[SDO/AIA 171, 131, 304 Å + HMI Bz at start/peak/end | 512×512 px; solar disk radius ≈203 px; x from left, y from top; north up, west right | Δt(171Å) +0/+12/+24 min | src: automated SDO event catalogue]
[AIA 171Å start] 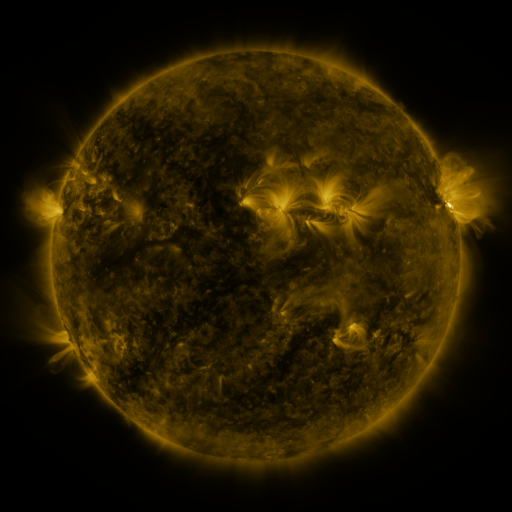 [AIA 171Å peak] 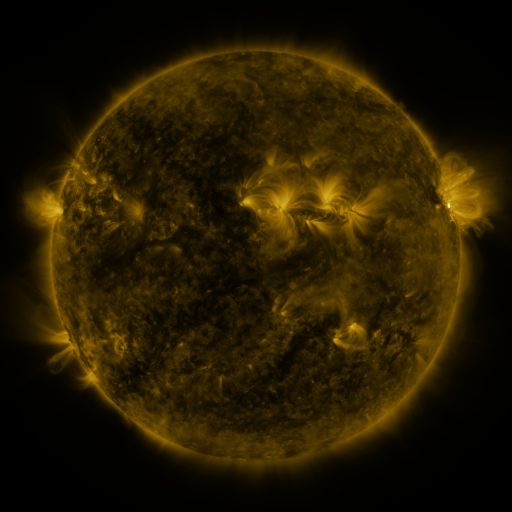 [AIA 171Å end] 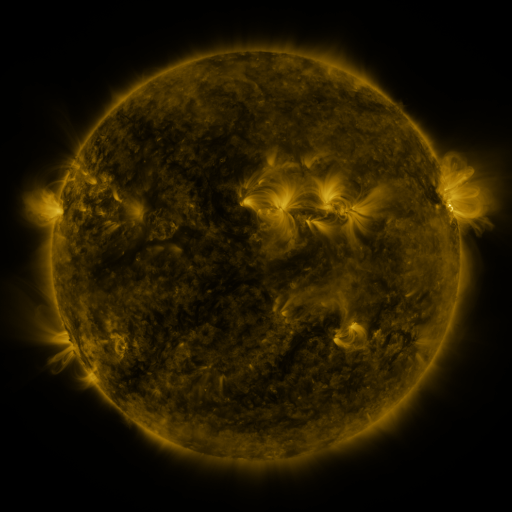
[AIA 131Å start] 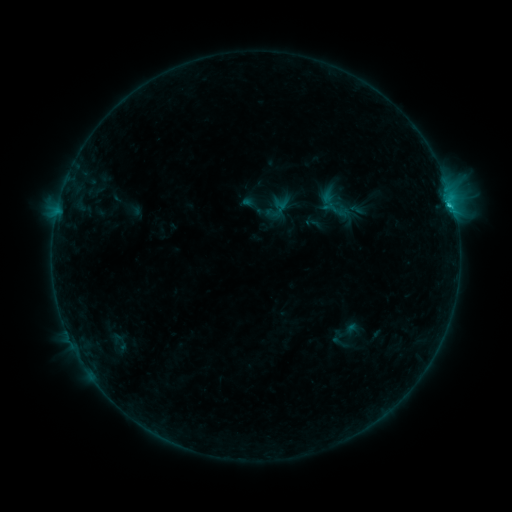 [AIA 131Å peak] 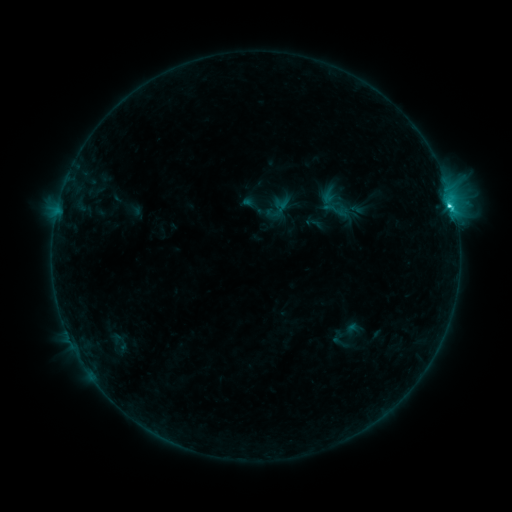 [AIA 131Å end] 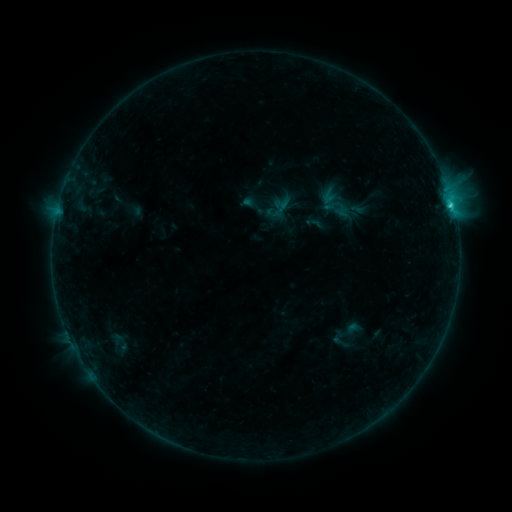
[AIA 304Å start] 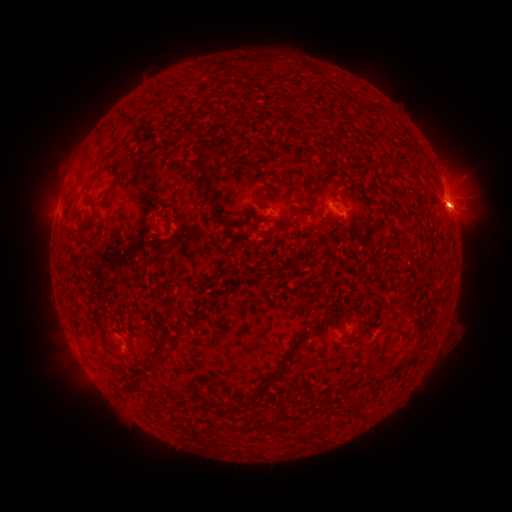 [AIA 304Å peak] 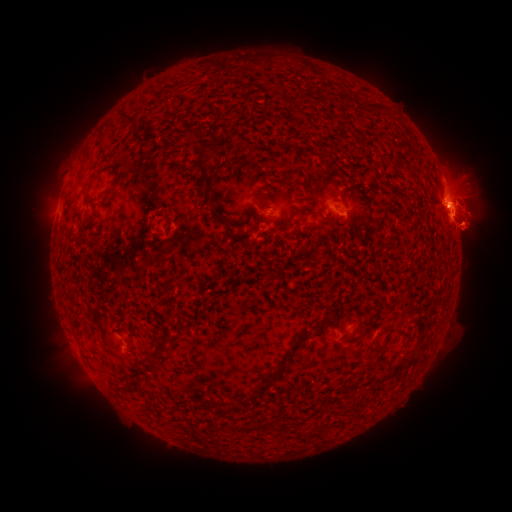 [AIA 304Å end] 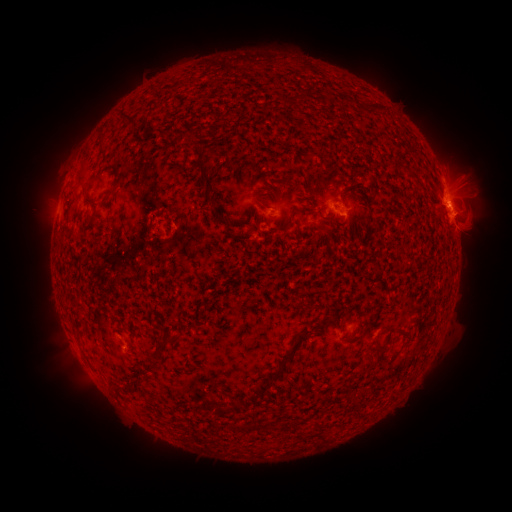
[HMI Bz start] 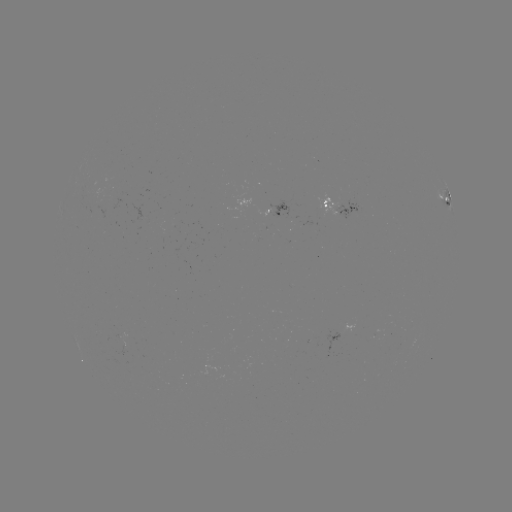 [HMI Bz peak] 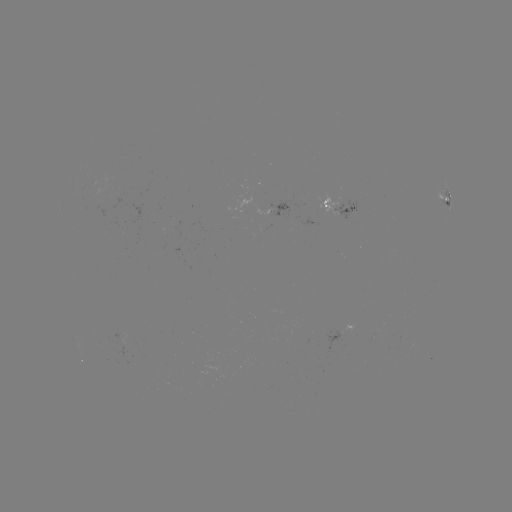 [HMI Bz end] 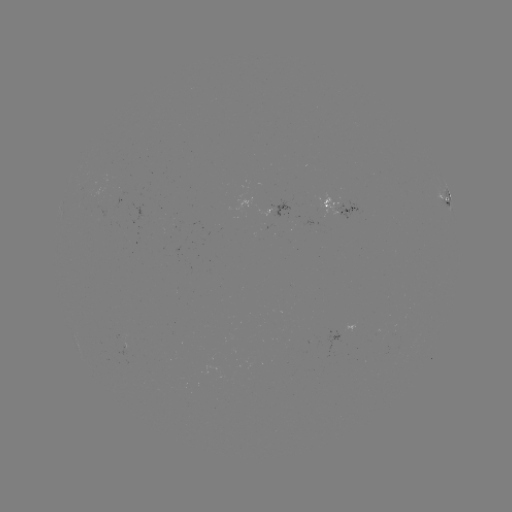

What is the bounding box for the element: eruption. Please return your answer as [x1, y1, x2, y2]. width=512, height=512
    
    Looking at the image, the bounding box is [408, 130, 508, 291].